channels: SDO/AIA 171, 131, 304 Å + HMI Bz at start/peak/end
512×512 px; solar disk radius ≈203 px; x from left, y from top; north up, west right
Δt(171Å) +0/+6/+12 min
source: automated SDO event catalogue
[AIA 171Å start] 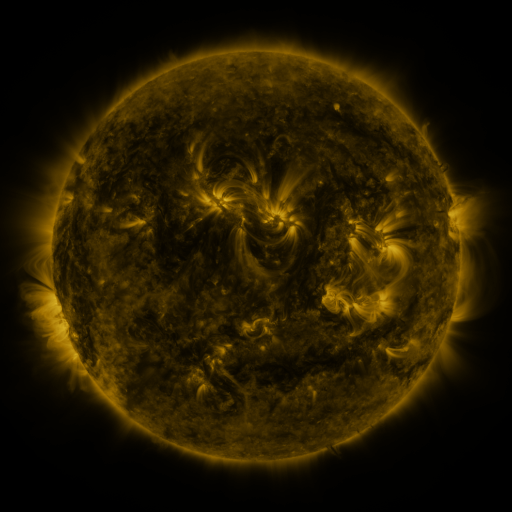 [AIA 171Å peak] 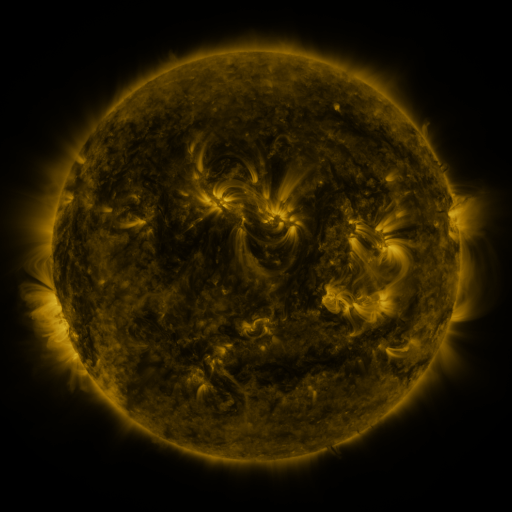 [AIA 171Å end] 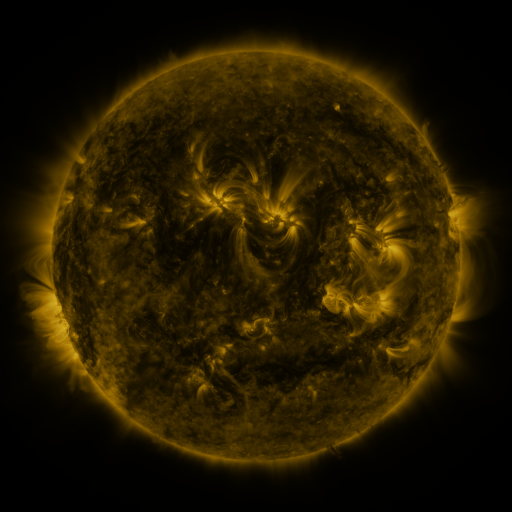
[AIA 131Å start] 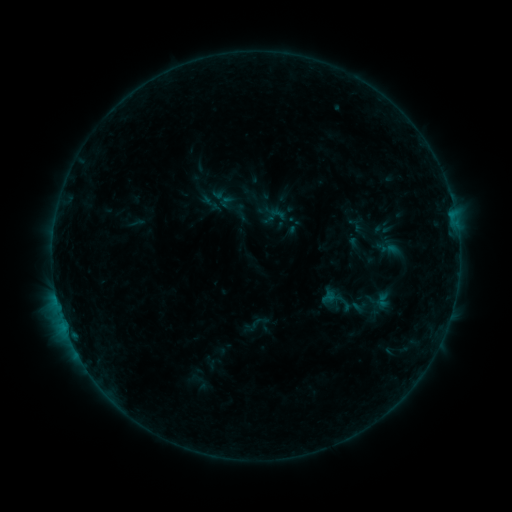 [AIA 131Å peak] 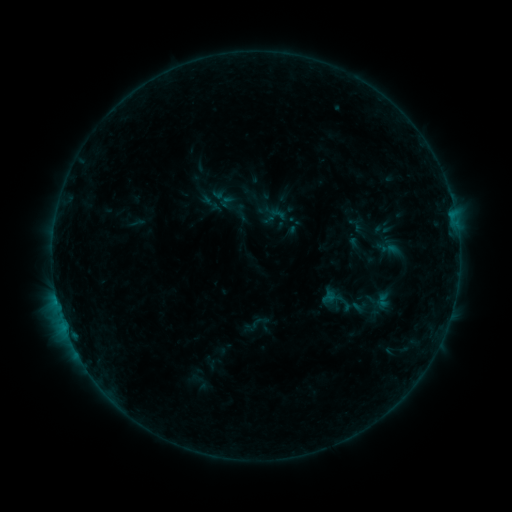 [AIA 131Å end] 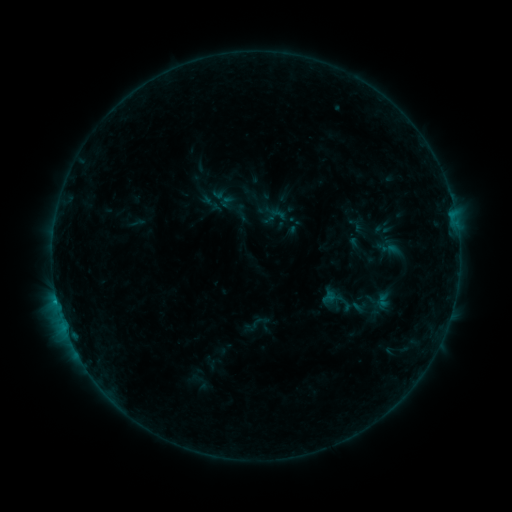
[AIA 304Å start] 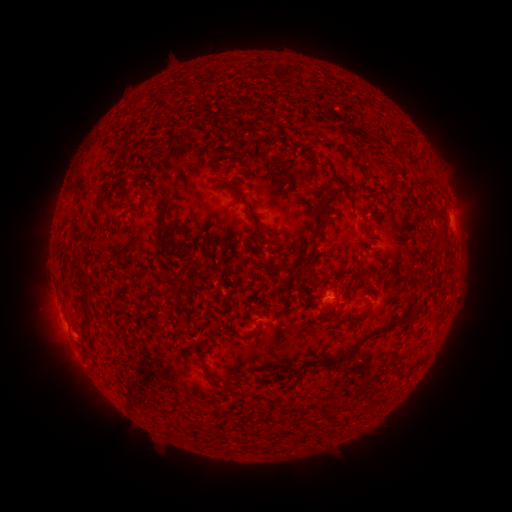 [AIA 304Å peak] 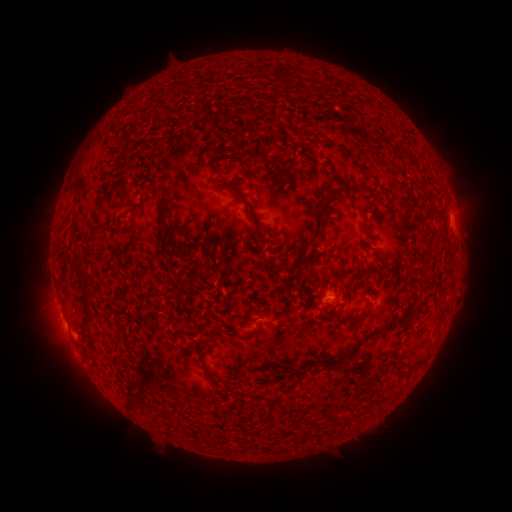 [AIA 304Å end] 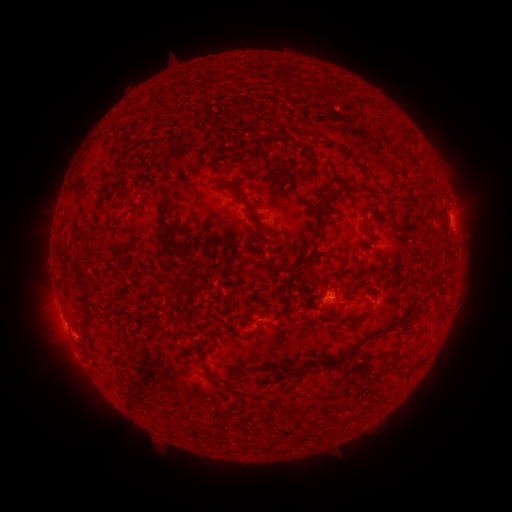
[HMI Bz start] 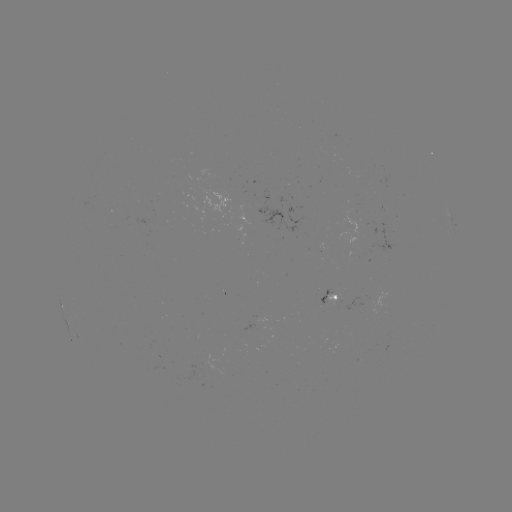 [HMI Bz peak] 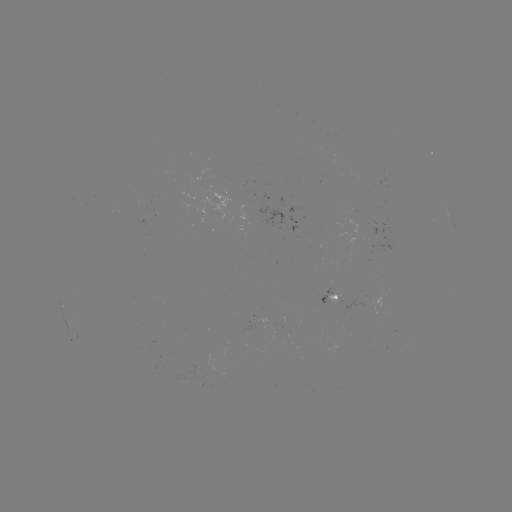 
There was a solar flare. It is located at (58, 301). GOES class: B4.5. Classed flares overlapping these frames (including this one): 1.